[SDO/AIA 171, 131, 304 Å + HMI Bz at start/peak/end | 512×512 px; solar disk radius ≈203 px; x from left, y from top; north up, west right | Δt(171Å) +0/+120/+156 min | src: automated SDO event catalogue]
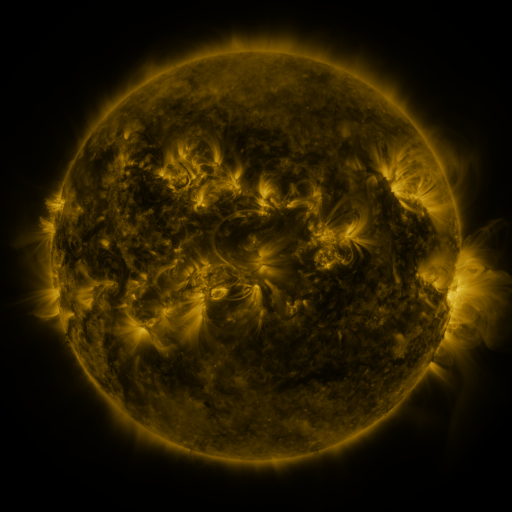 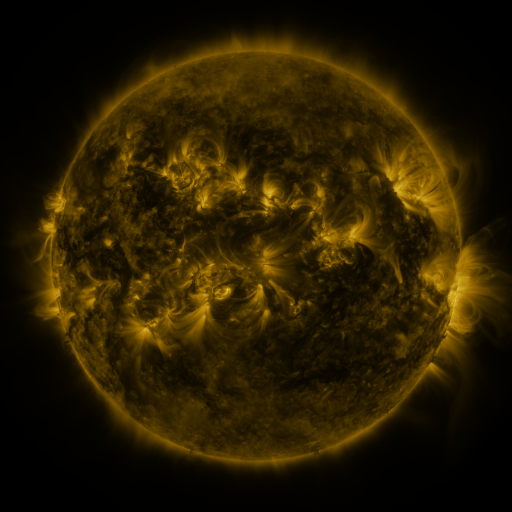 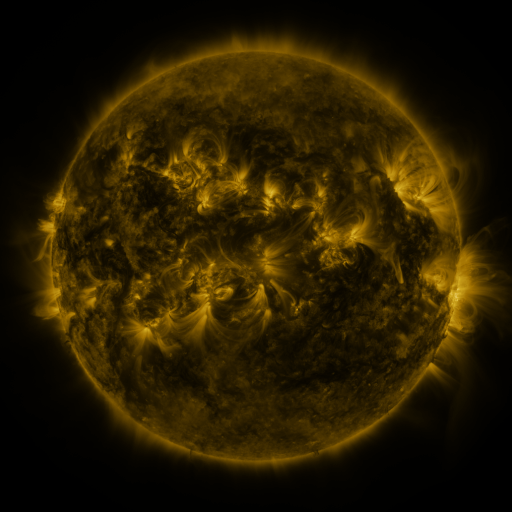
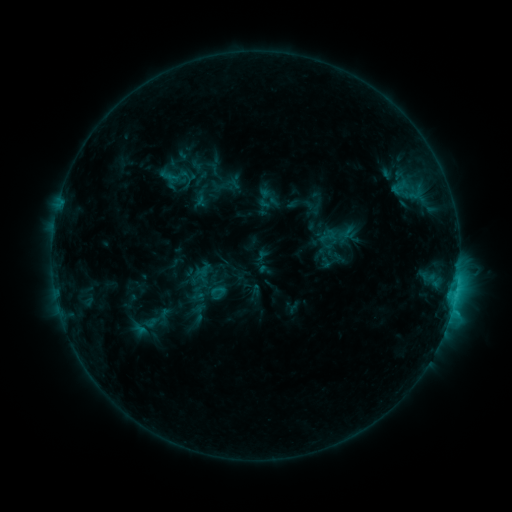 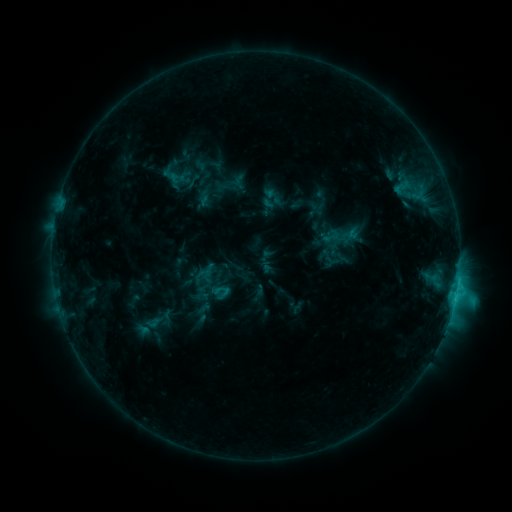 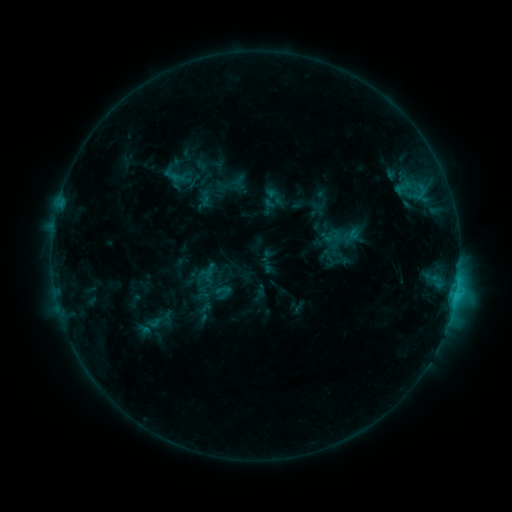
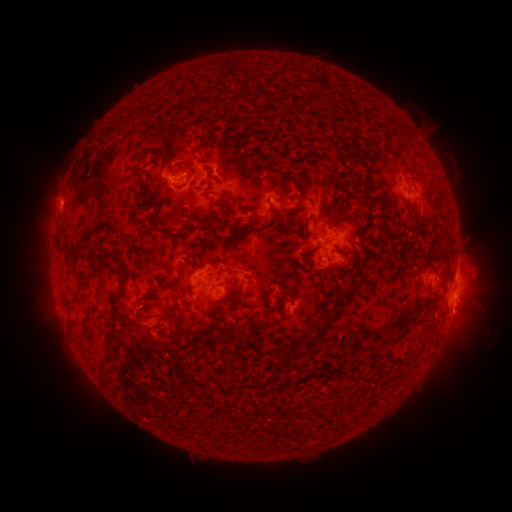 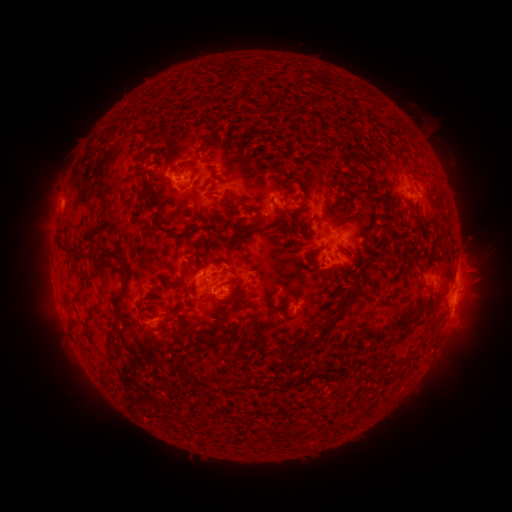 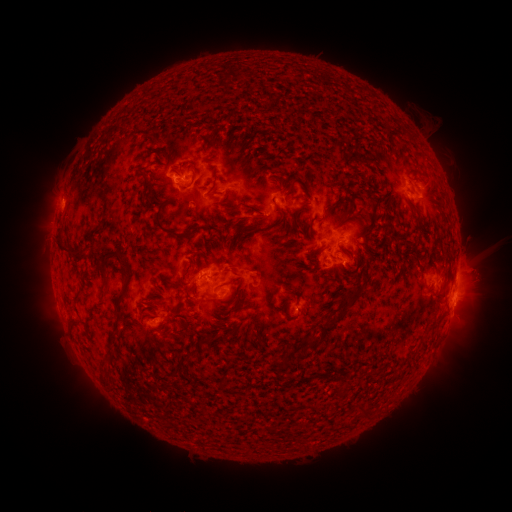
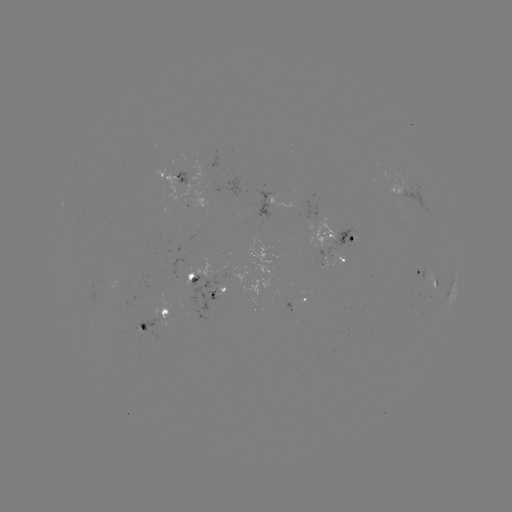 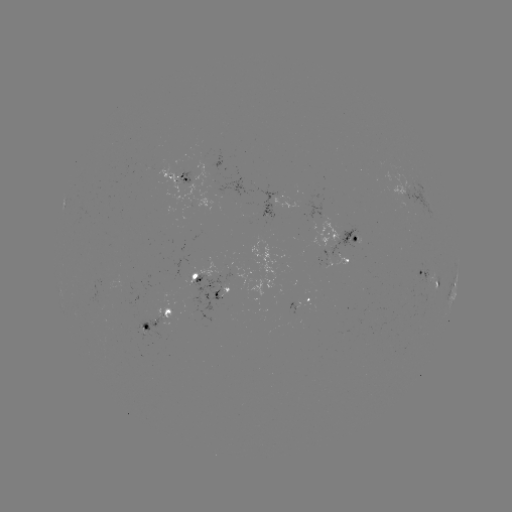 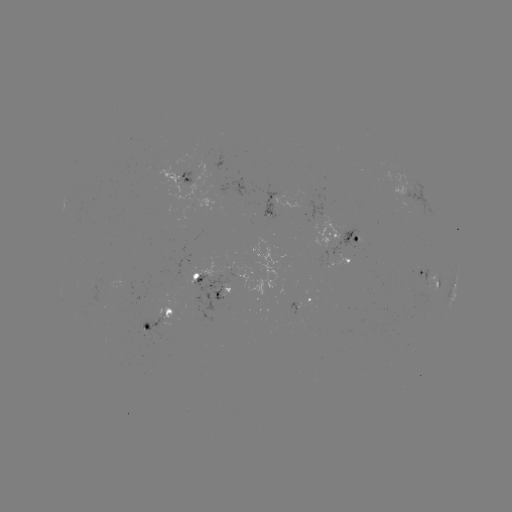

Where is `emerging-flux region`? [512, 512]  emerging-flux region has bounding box [312, 215, 339, 249].